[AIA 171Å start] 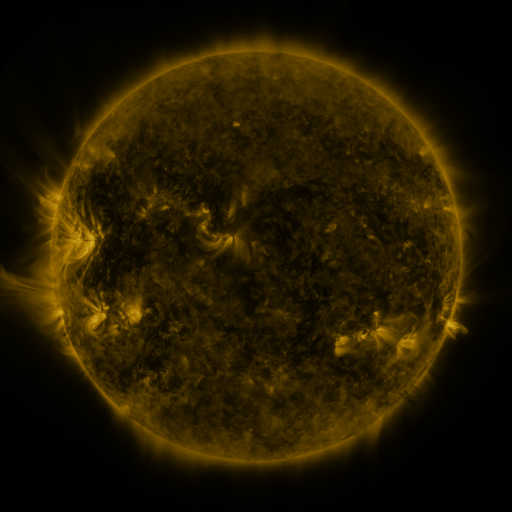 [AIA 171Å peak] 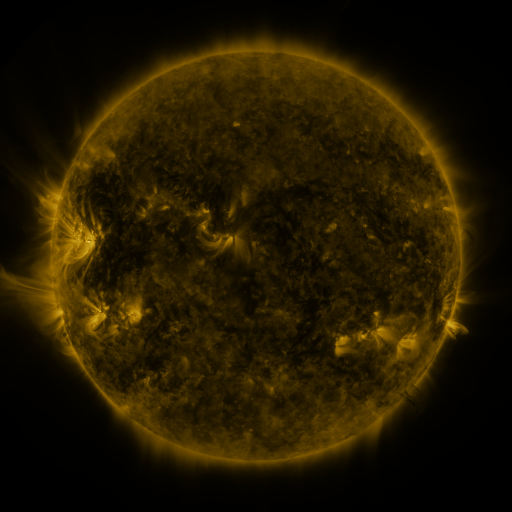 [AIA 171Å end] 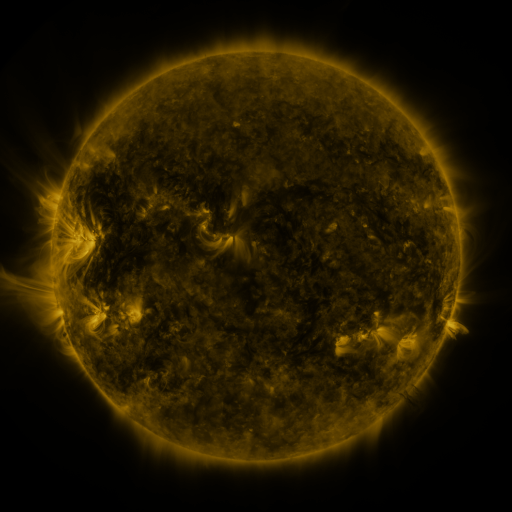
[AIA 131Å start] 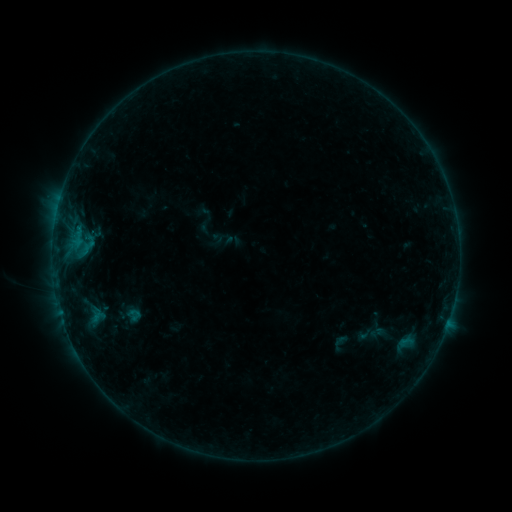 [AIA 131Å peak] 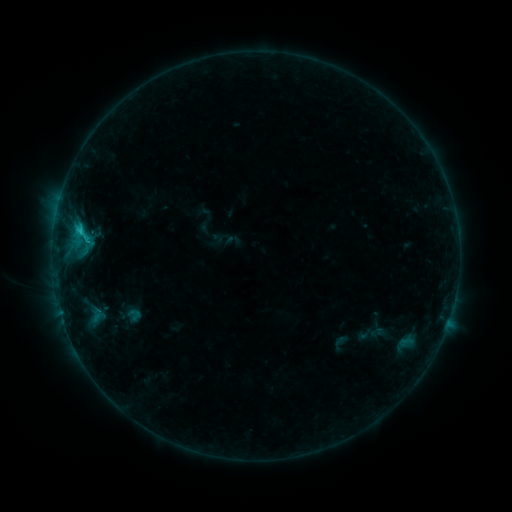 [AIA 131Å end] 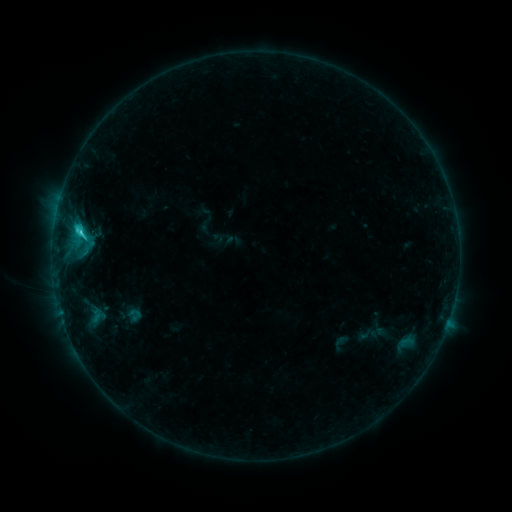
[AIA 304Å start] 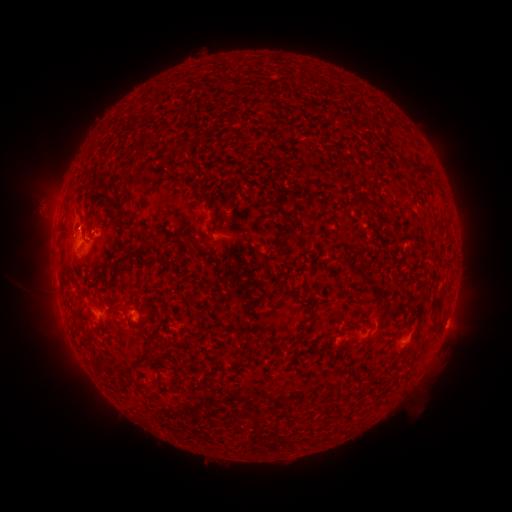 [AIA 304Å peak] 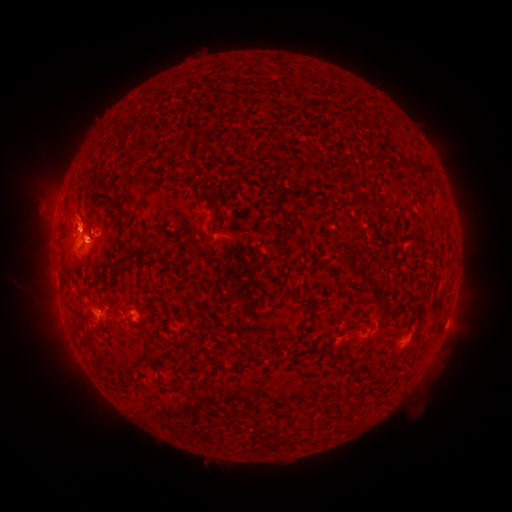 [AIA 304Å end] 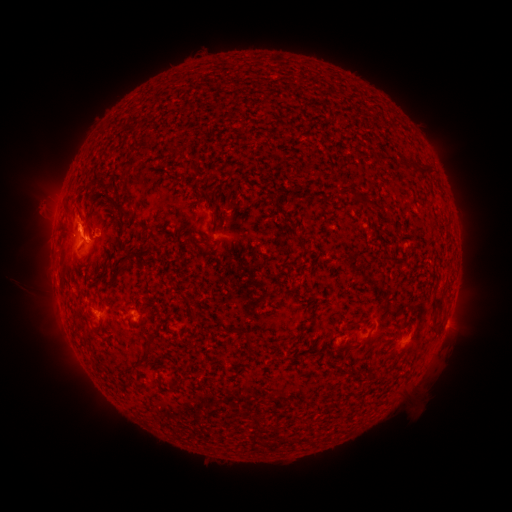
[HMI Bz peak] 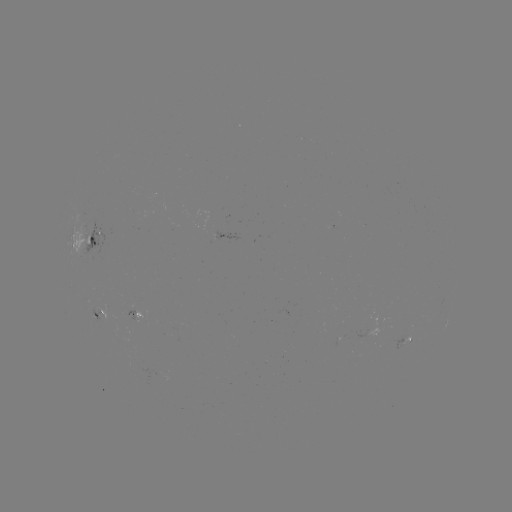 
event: flare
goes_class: C2.1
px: (81, 233)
